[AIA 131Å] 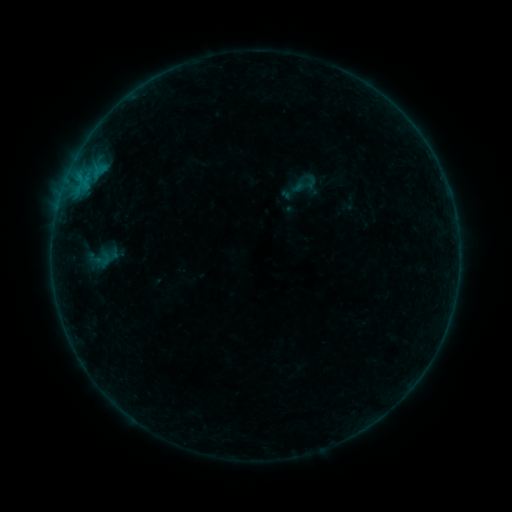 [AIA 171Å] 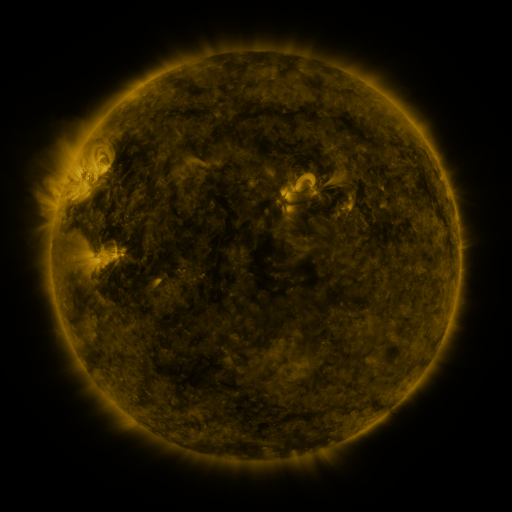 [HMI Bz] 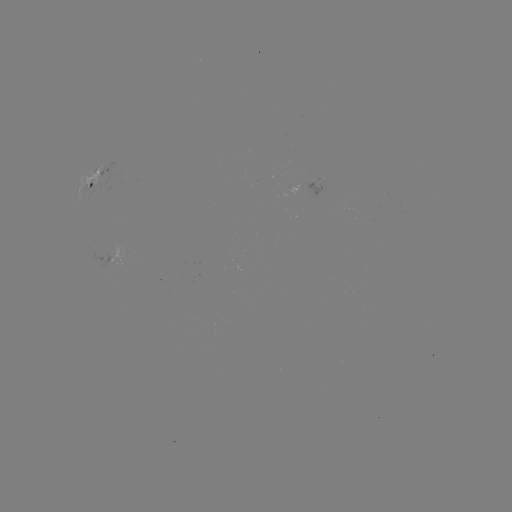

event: sigmoid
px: (305, 184)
